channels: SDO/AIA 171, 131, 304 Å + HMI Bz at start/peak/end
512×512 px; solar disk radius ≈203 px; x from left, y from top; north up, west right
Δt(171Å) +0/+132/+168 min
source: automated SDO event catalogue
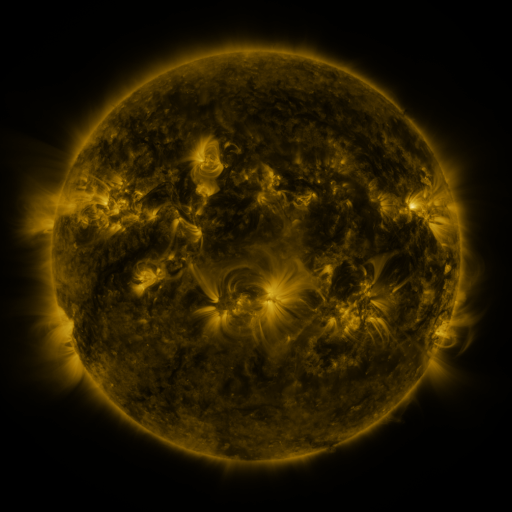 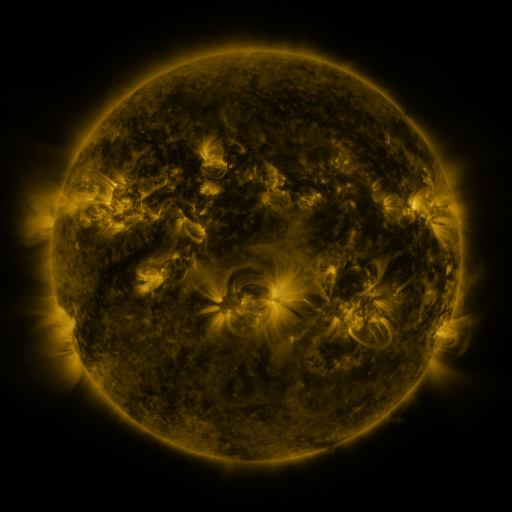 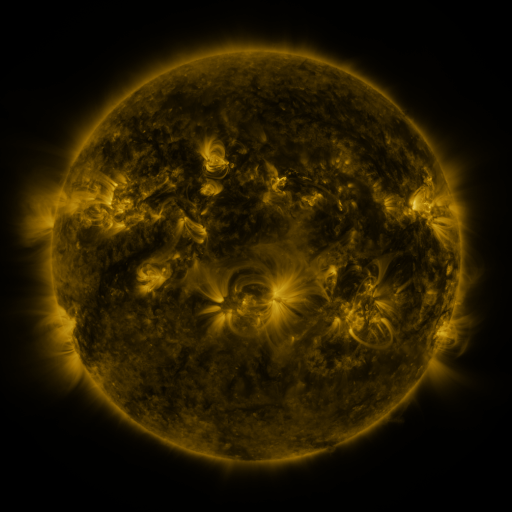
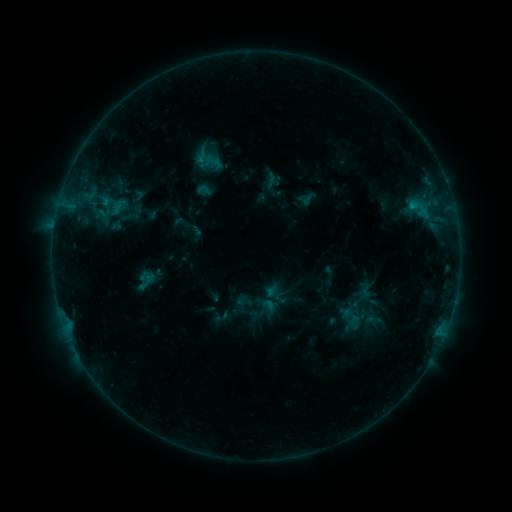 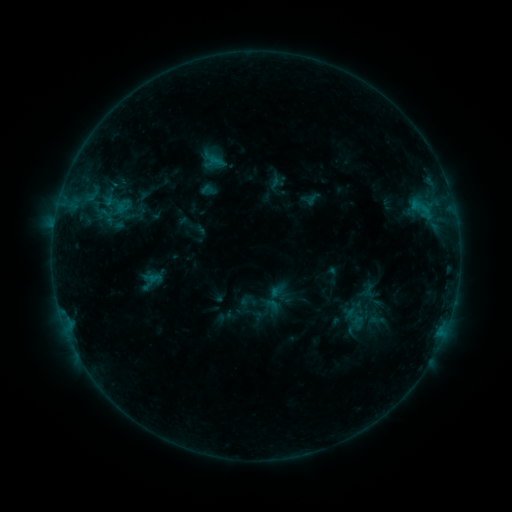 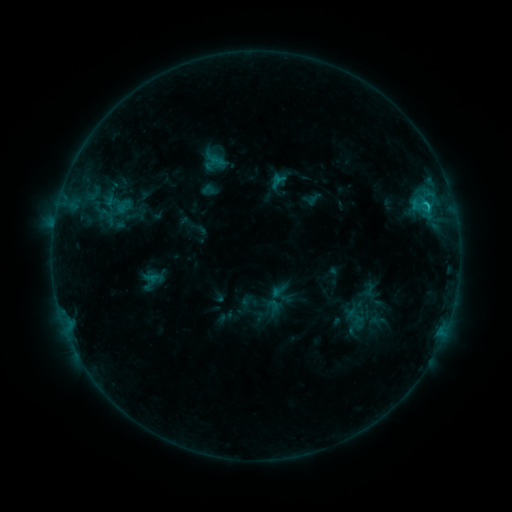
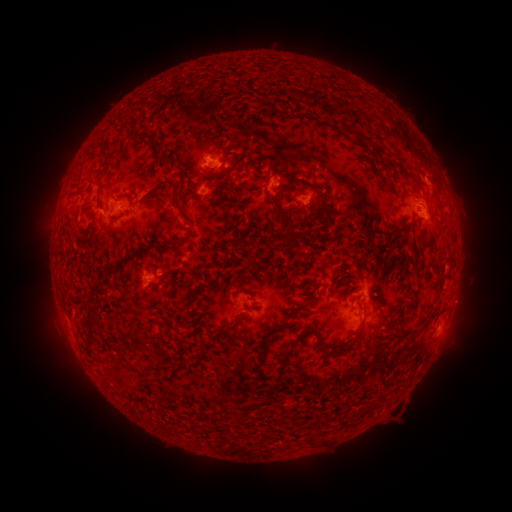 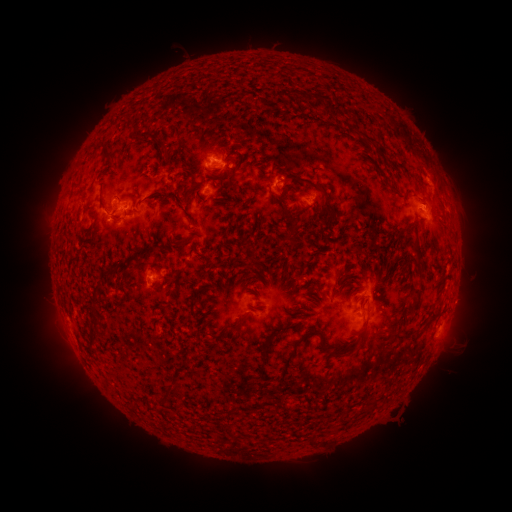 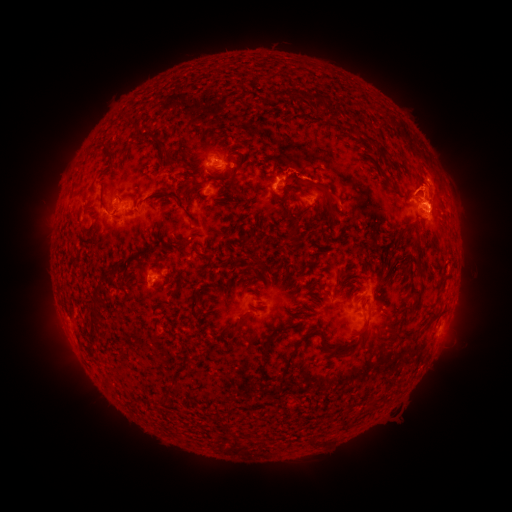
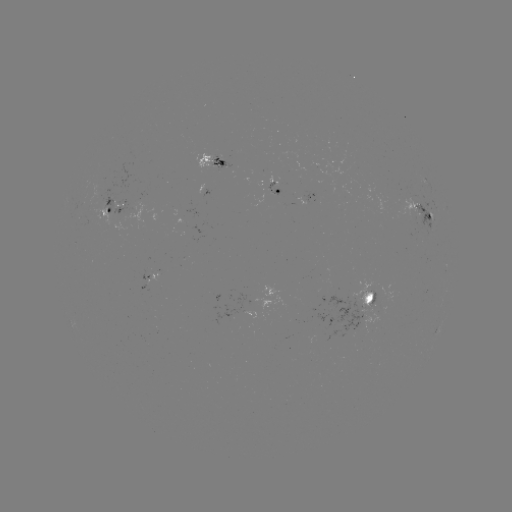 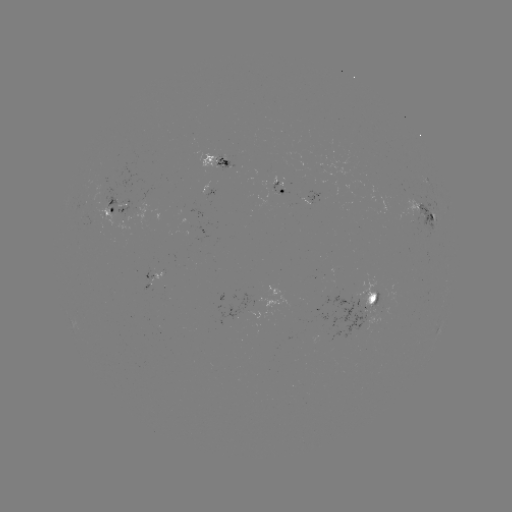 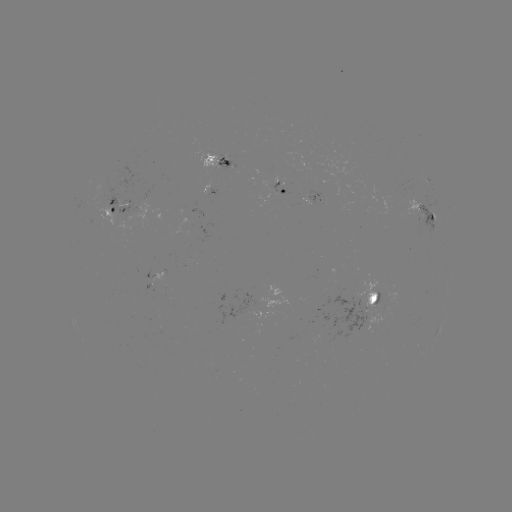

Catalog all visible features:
emerging-flux region: (415, 213)
